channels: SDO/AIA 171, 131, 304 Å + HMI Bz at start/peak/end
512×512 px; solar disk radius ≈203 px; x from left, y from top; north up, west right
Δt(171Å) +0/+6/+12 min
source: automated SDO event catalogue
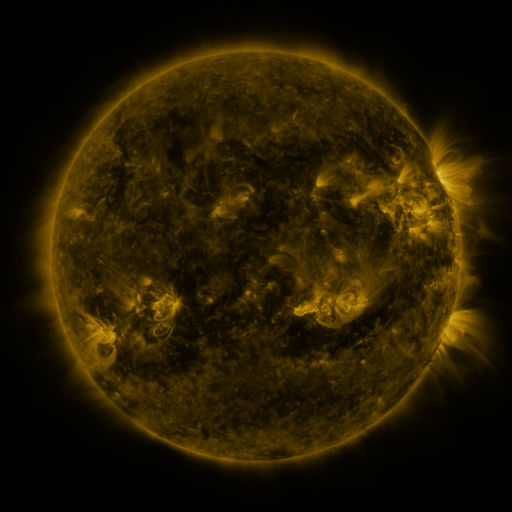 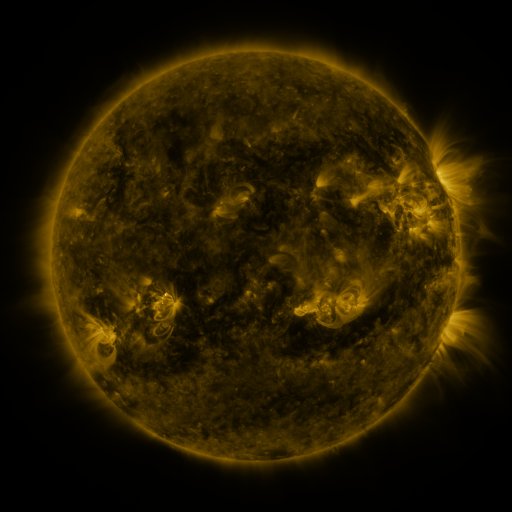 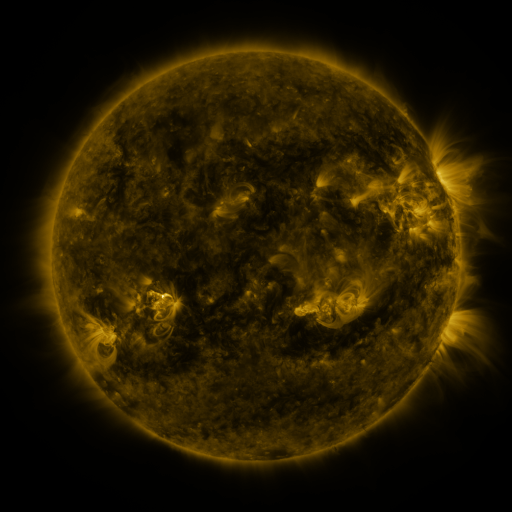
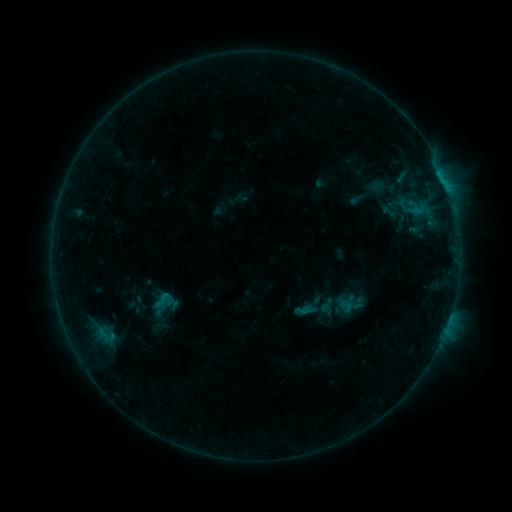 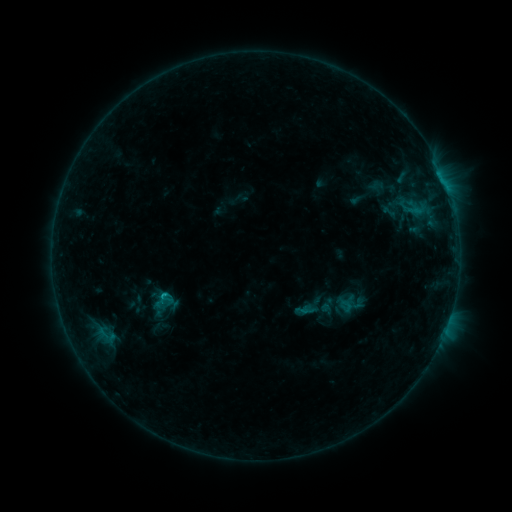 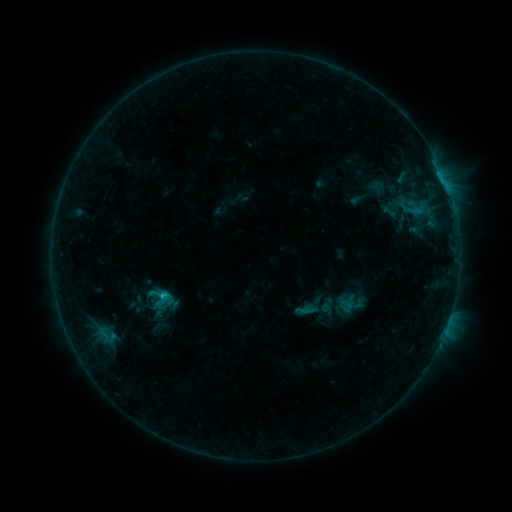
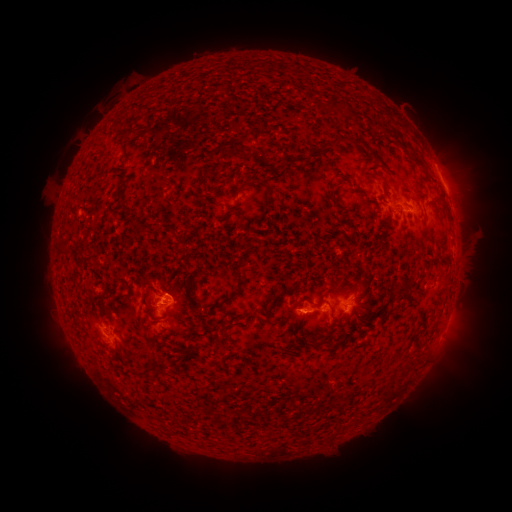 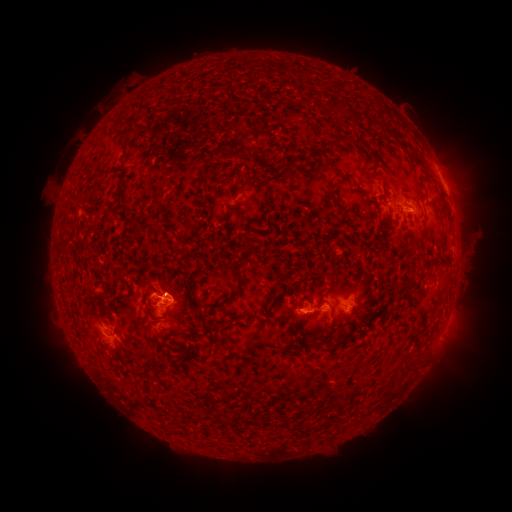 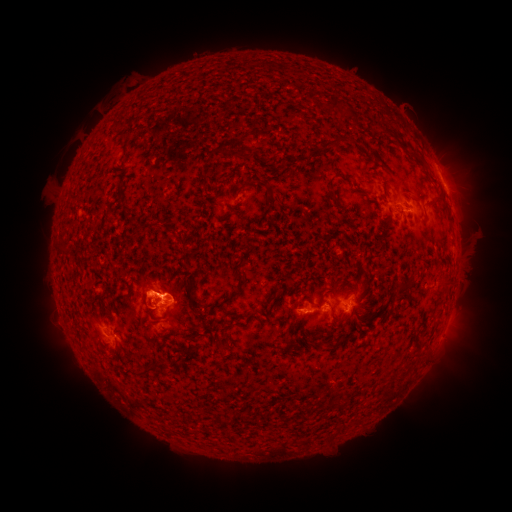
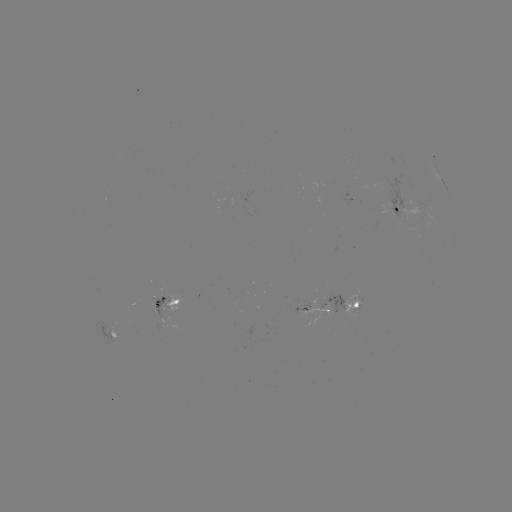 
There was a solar flare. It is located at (163, 295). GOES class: C1.2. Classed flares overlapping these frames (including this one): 1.